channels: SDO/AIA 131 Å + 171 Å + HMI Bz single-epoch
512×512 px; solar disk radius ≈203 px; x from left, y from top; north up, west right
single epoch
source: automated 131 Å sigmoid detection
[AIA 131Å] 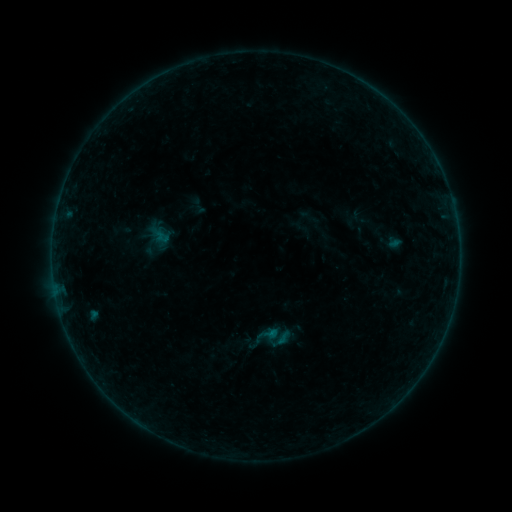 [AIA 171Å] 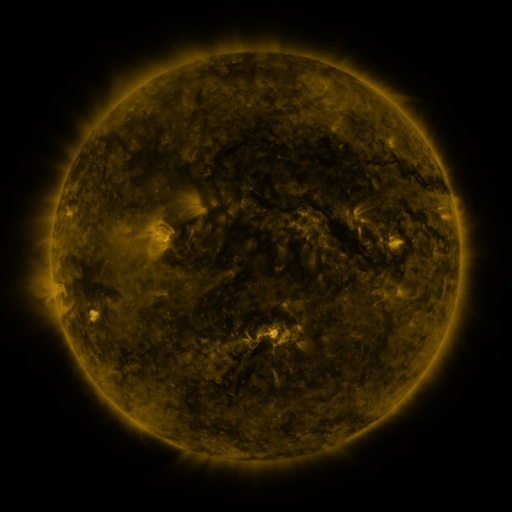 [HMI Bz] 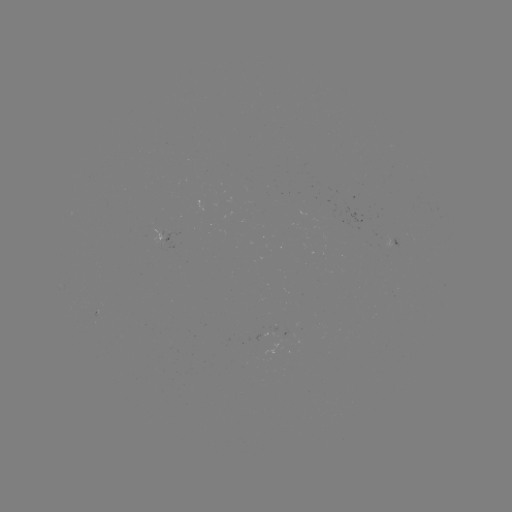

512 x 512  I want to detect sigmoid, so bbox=[259, 324, 279, 344].